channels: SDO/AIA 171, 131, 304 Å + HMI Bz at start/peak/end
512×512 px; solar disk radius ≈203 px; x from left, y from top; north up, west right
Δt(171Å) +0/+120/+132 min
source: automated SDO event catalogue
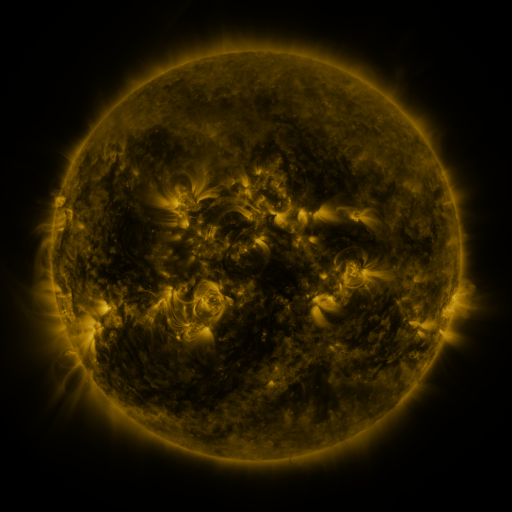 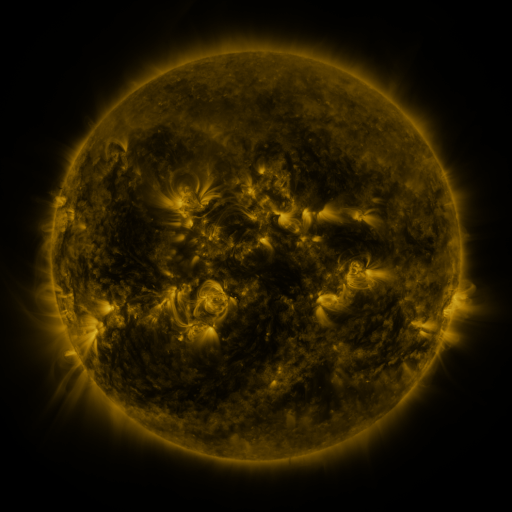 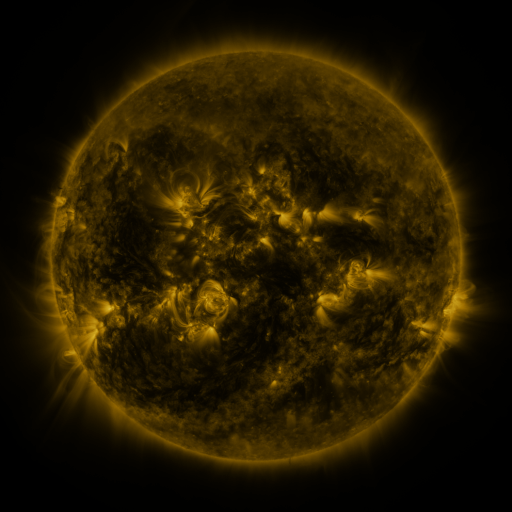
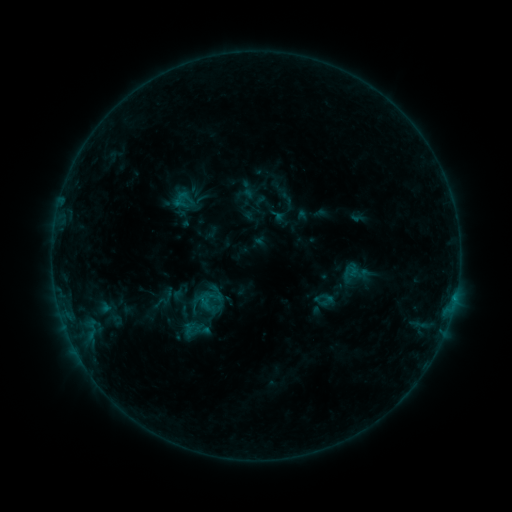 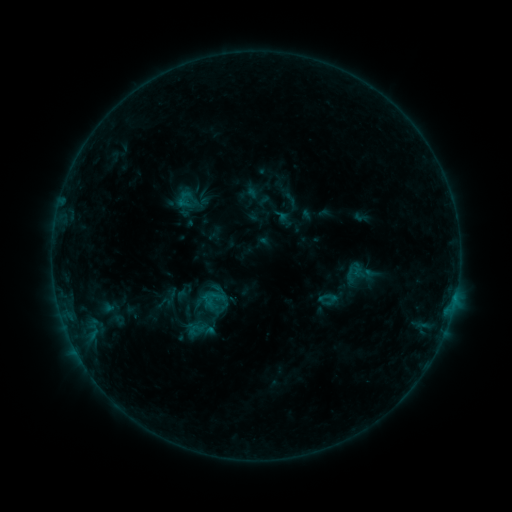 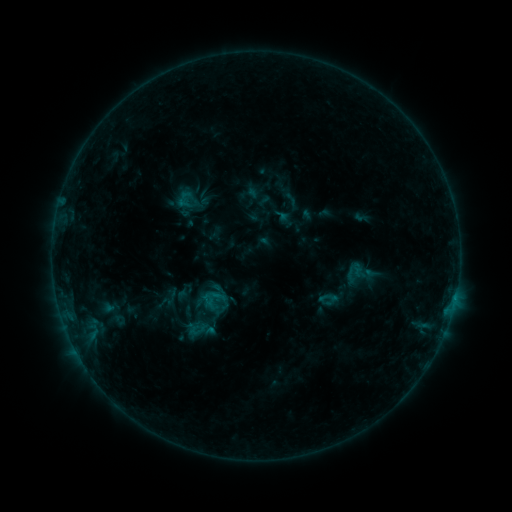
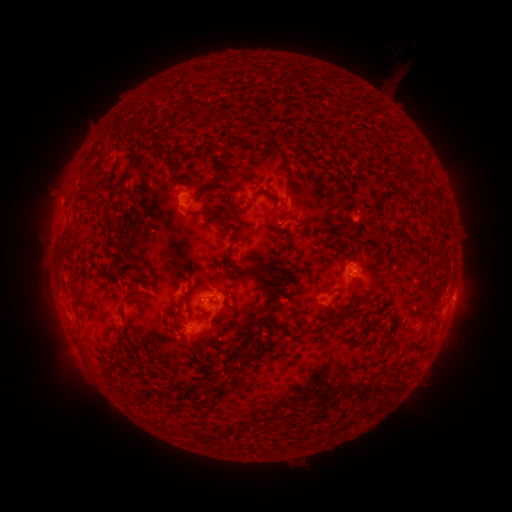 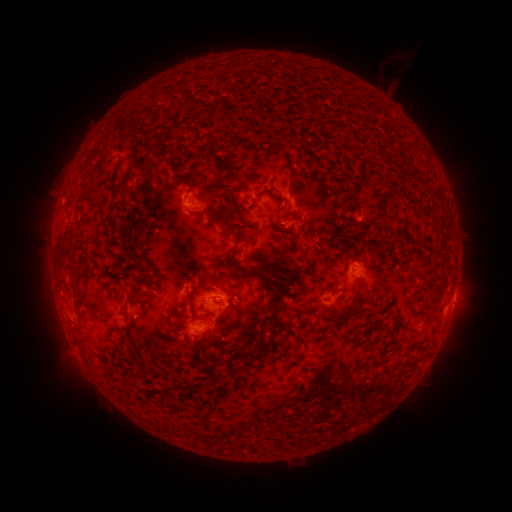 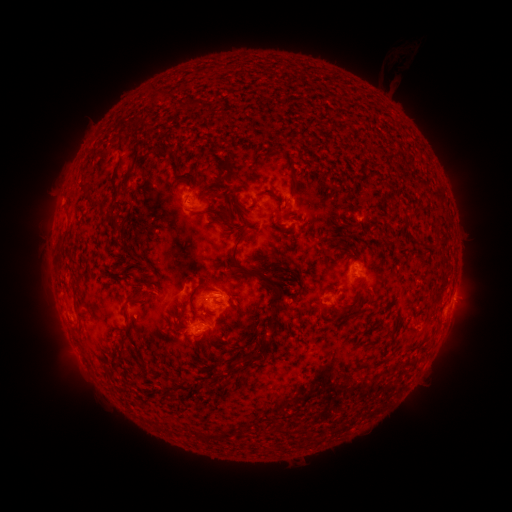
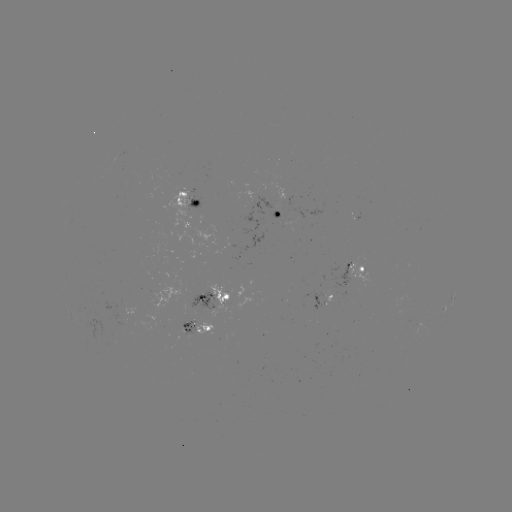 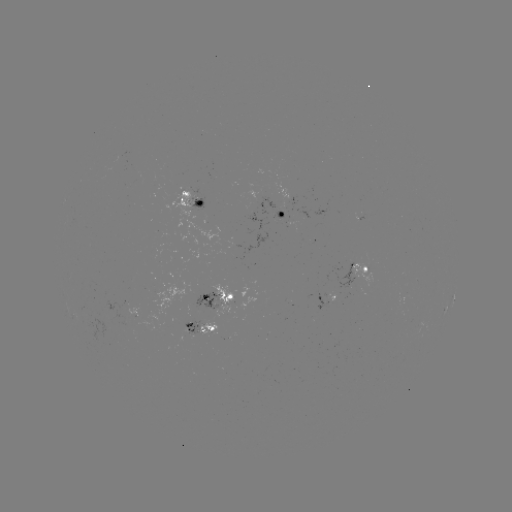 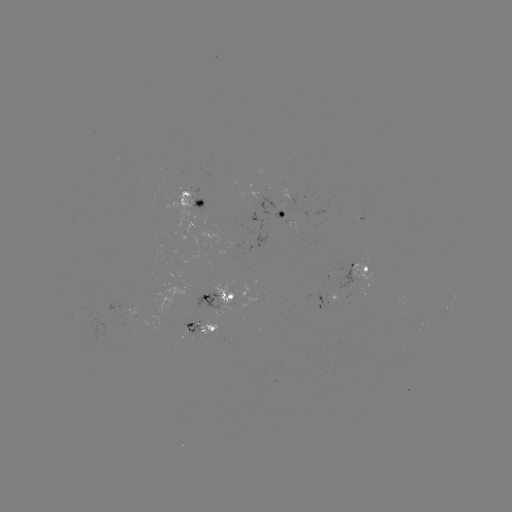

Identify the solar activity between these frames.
emerging-flux region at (132, 318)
